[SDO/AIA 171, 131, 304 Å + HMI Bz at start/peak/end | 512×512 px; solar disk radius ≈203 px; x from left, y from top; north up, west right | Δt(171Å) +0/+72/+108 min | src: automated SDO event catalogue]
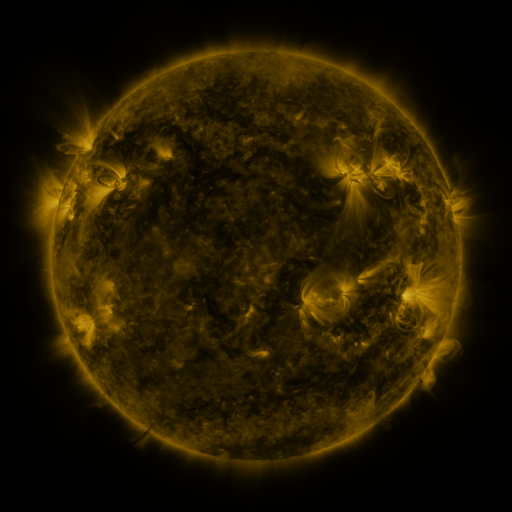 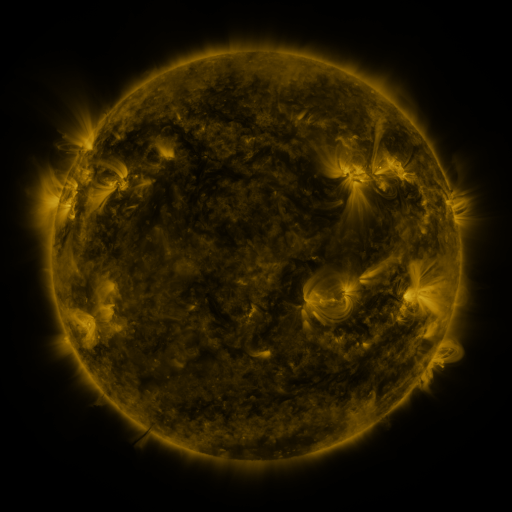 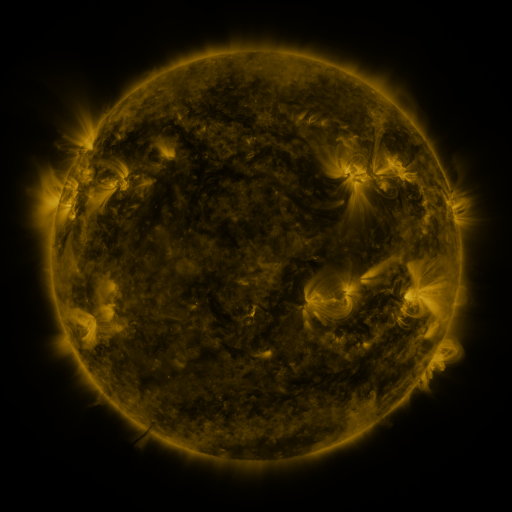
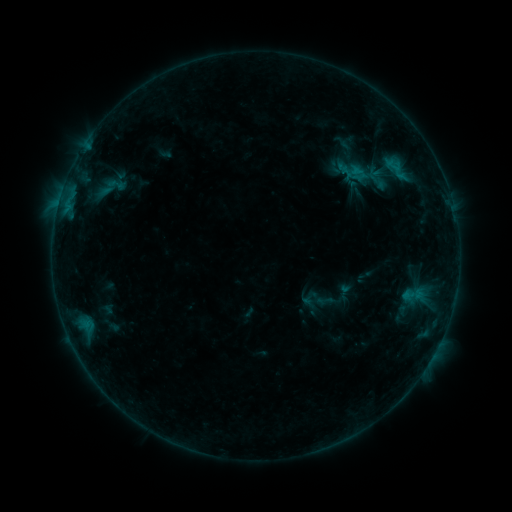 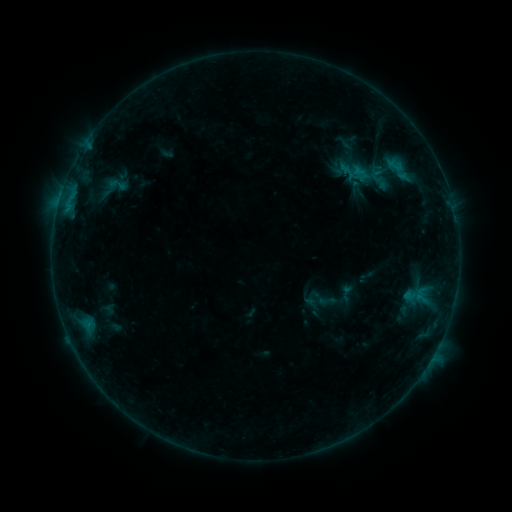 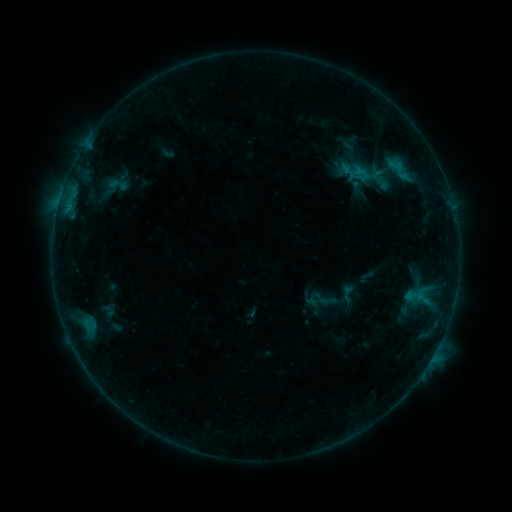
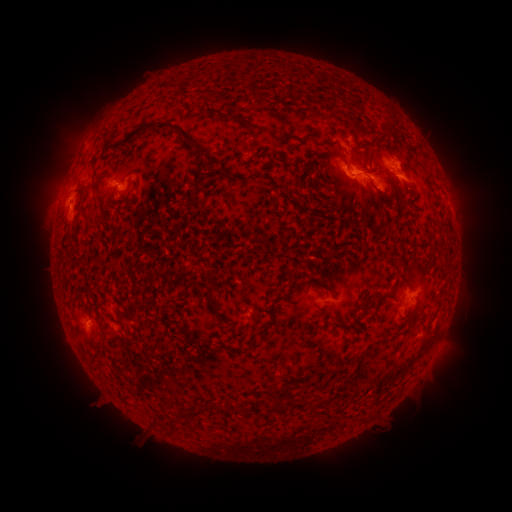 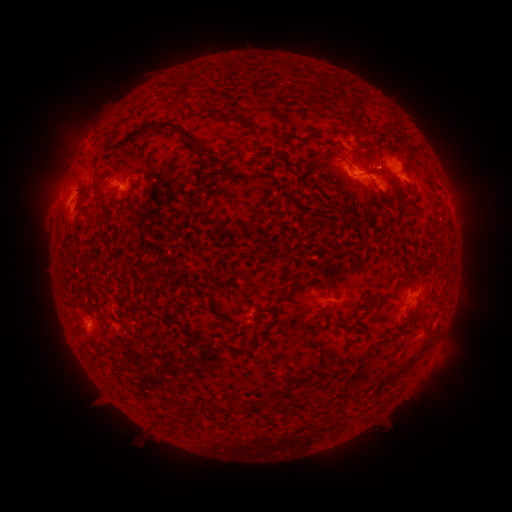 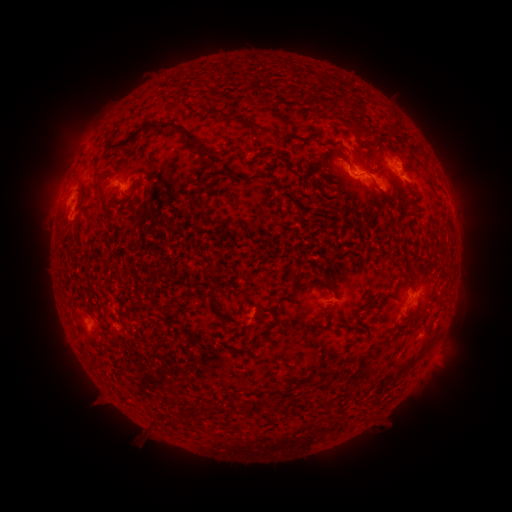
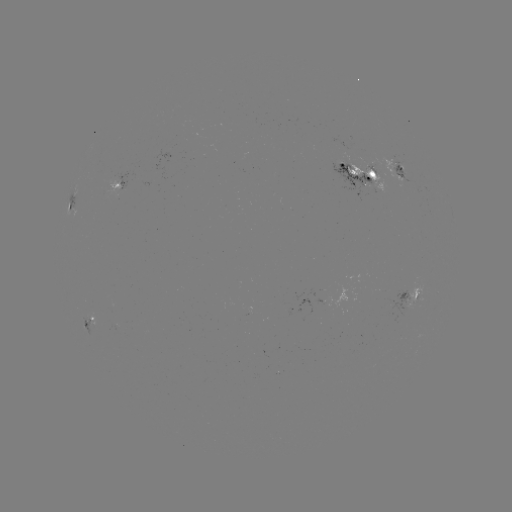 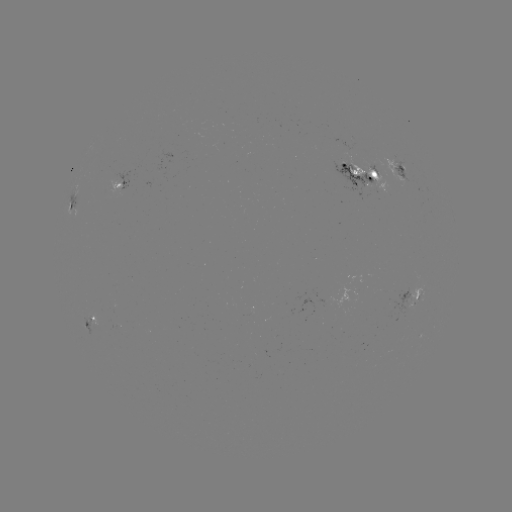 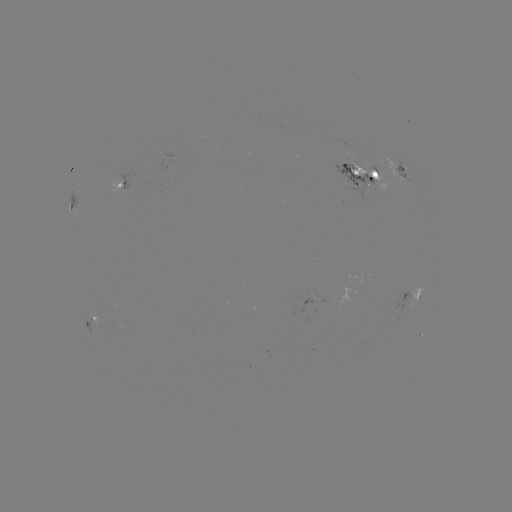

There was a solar emerging-flux region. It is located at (351, 164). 